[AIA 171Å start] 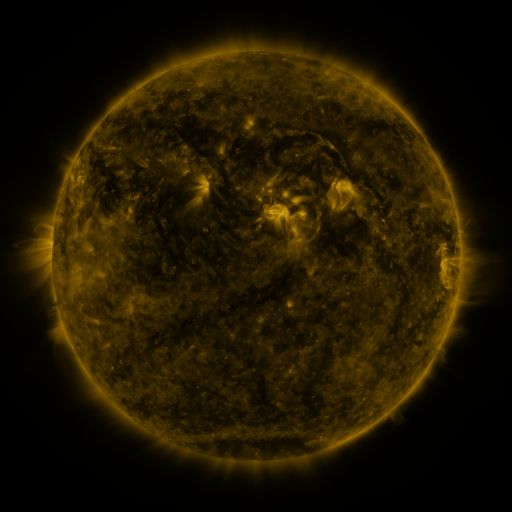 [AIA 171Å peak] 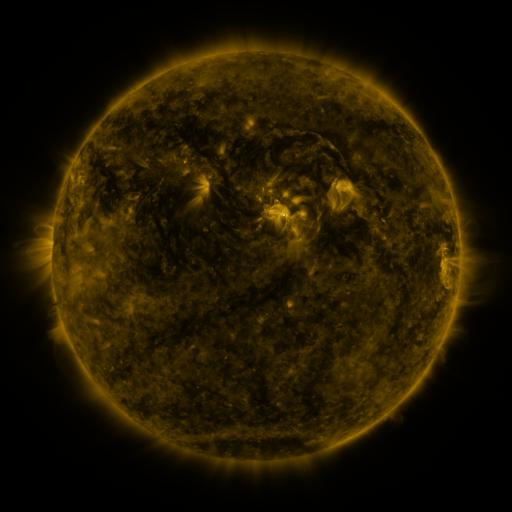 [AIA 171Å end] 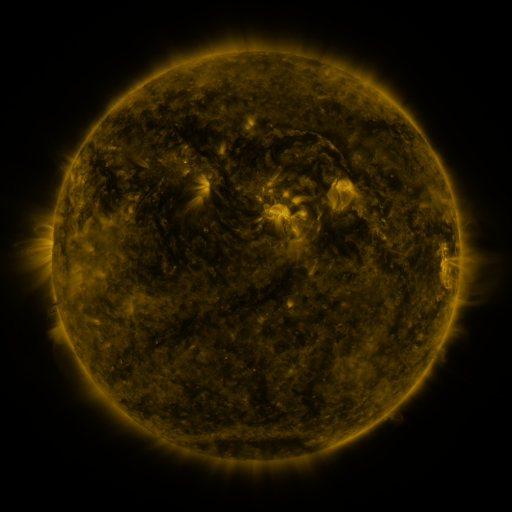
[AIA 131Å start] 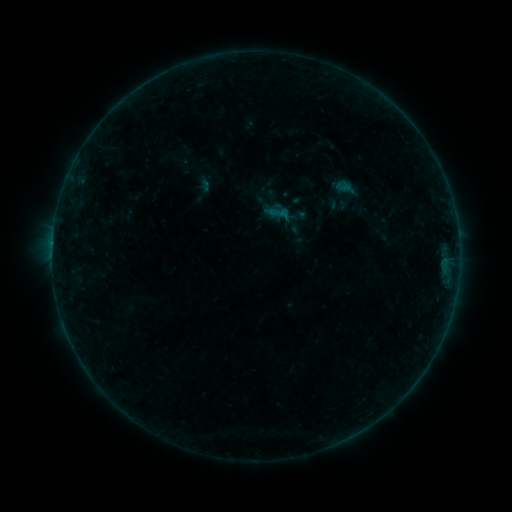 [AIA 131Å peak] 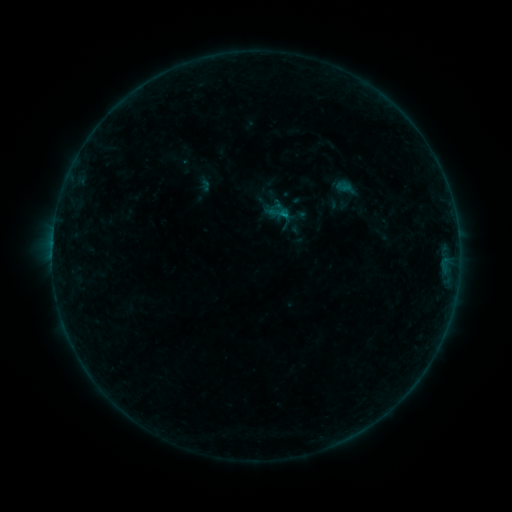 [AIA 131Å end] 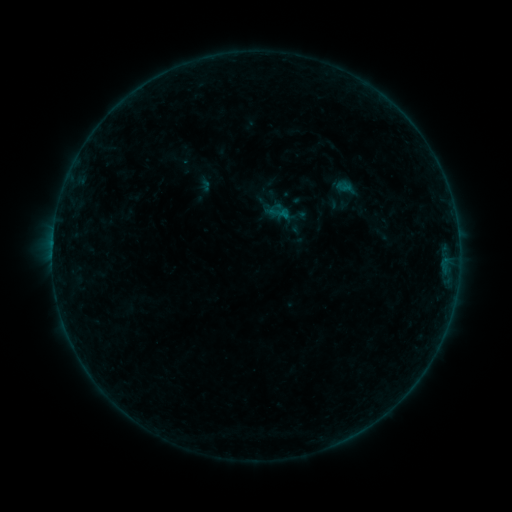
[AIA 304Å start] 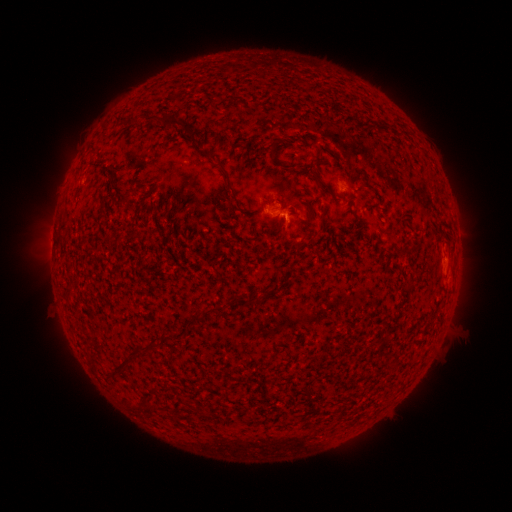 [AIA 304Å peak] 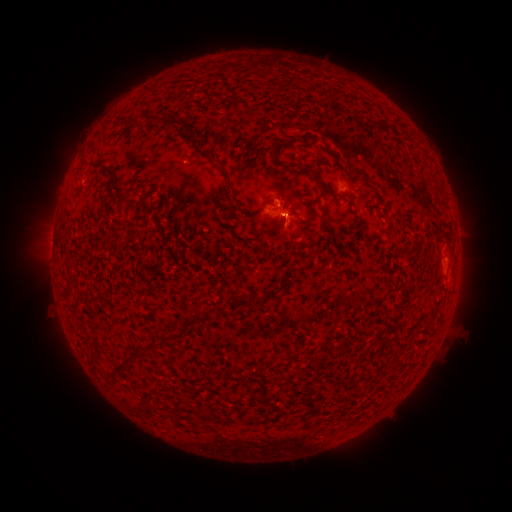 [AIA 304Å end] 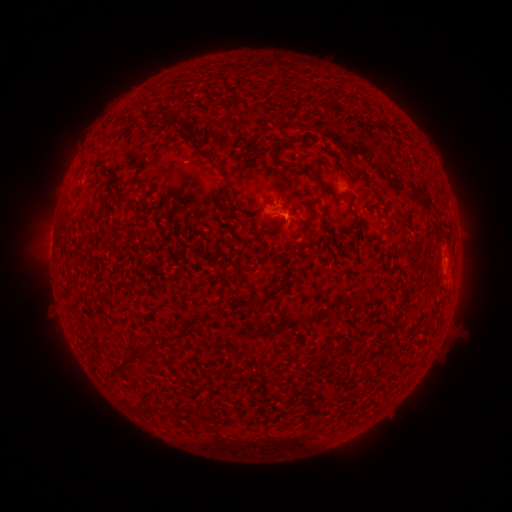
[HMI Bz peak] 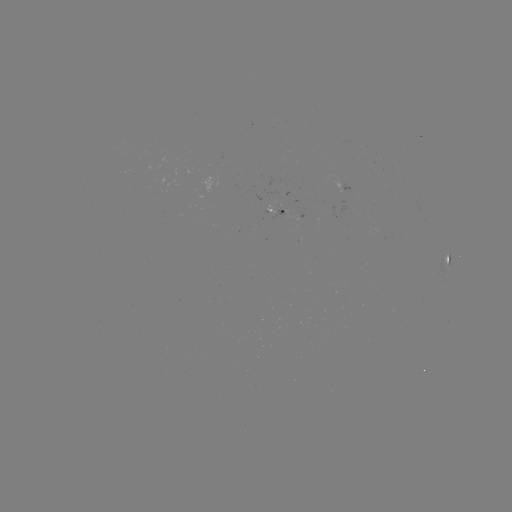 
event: eruption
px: (286, 215)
